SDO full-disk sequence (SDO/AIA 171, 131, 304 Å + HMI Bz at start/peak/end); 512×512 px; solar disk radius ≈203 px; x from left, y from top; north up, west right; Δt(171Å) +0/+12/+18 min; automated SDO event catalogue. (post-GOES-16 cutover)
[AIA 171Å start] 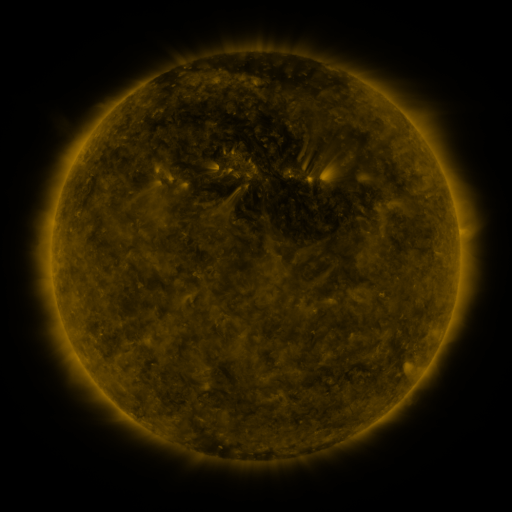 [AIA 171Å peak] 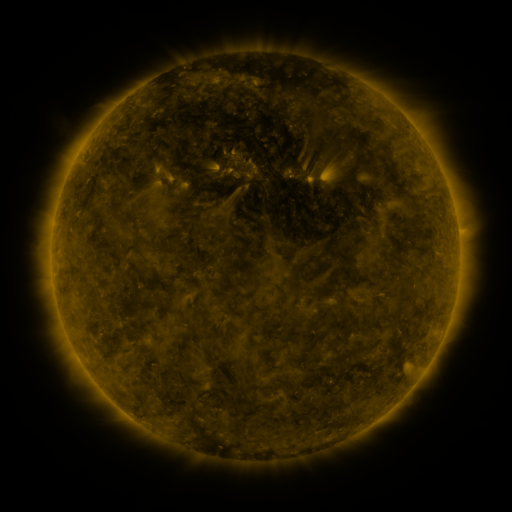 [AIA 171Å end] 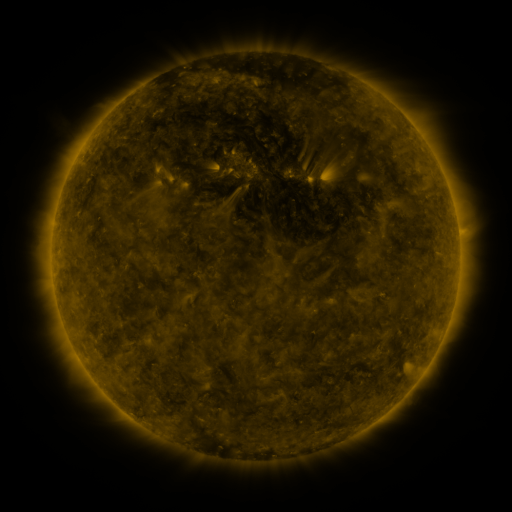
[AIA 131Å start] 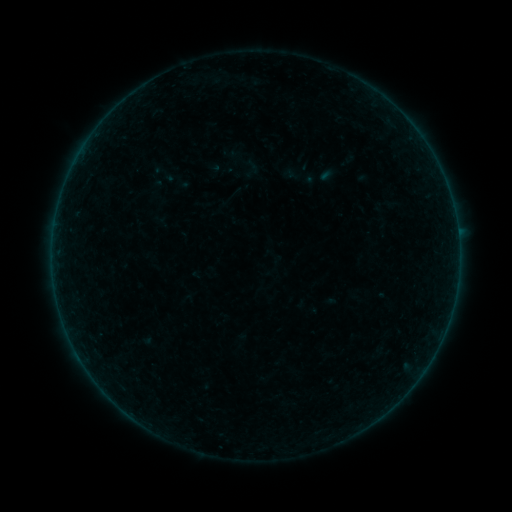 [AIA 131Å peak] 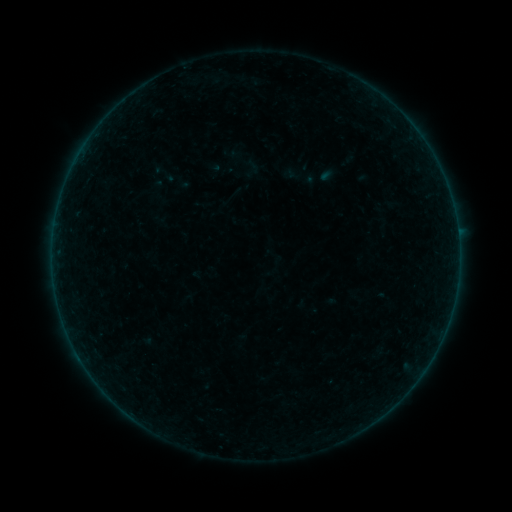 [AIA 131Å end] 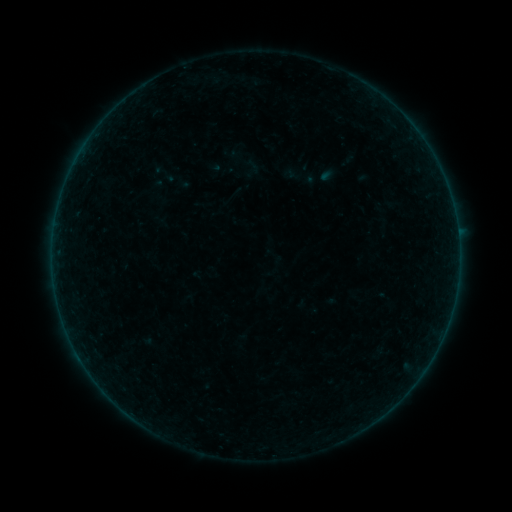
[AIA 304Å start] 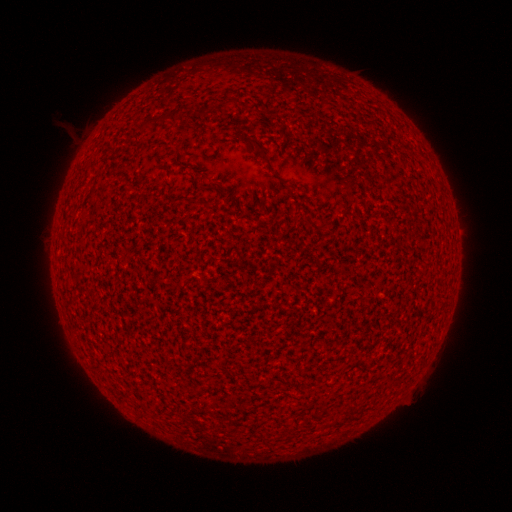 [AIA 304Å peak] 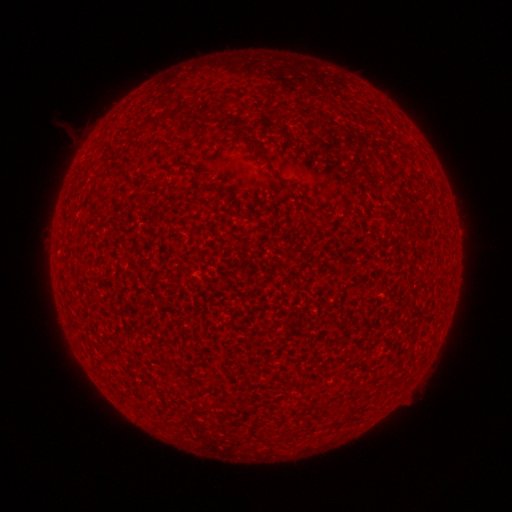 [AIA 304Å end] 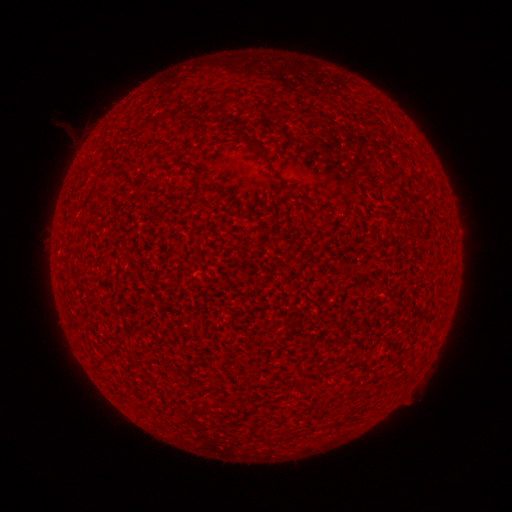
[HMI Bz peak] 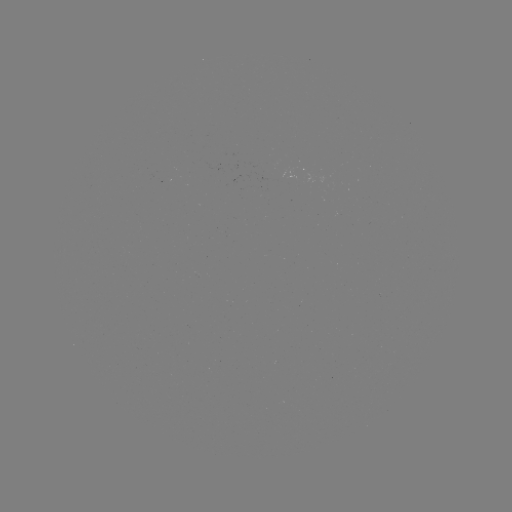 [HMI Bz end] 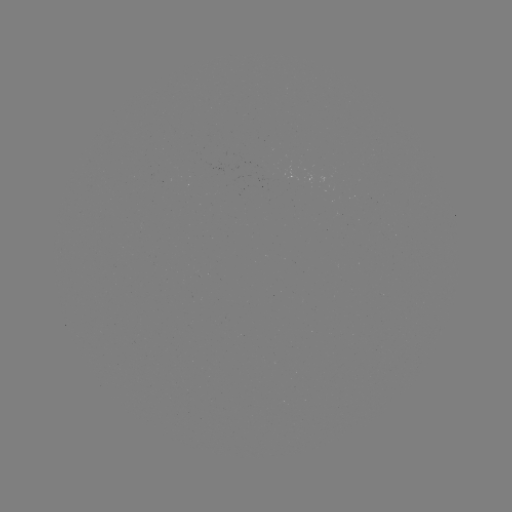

no catalogued flare and no flagged EUV brightening in this window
